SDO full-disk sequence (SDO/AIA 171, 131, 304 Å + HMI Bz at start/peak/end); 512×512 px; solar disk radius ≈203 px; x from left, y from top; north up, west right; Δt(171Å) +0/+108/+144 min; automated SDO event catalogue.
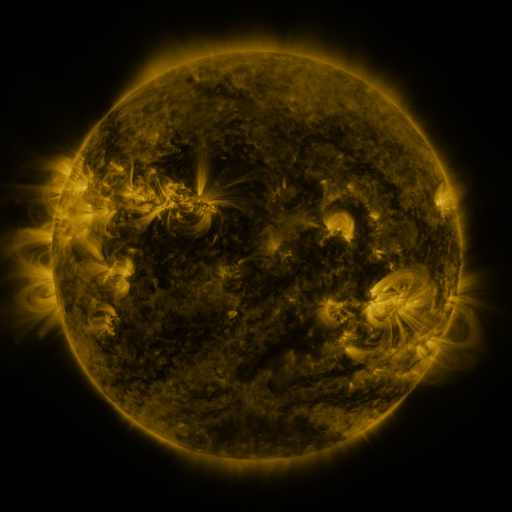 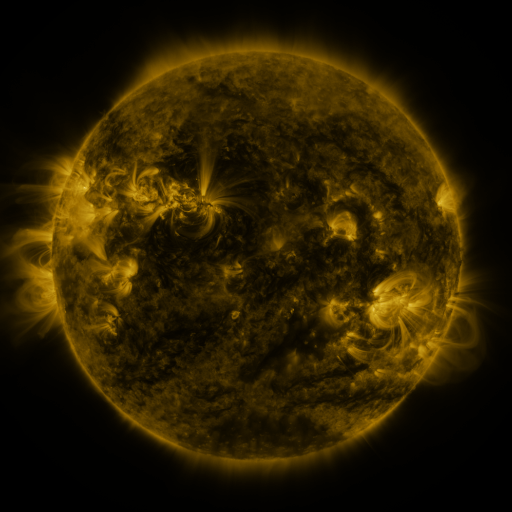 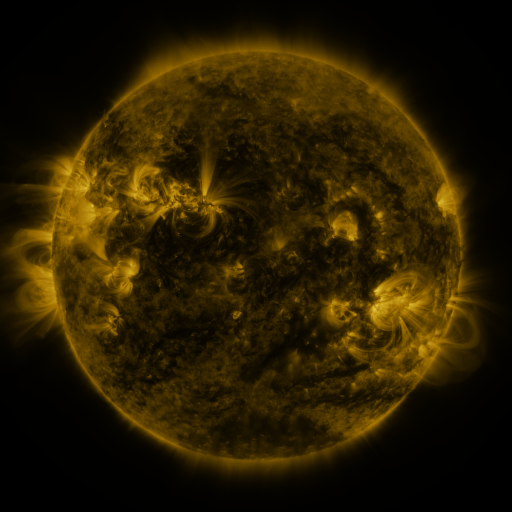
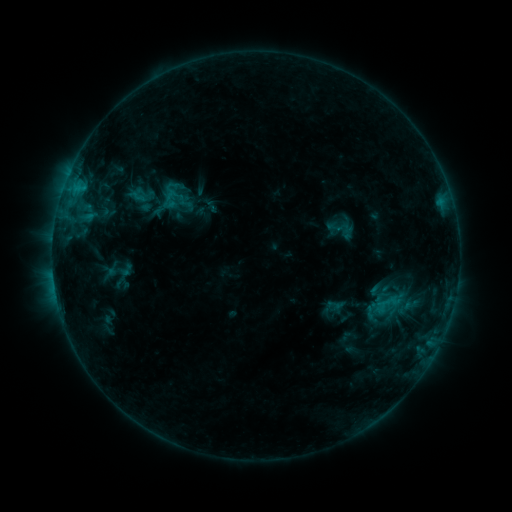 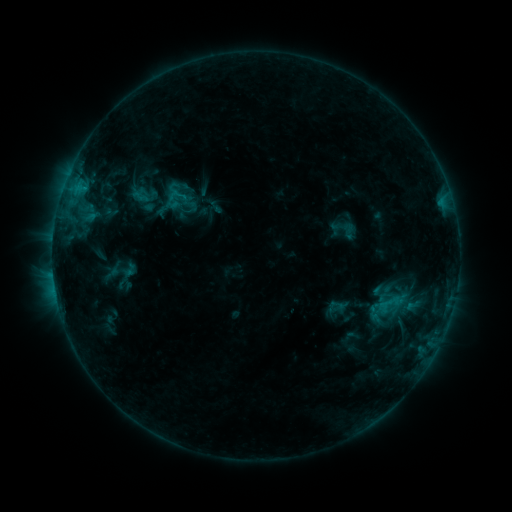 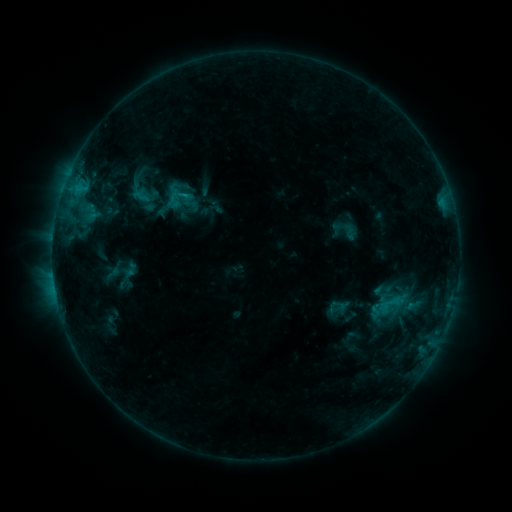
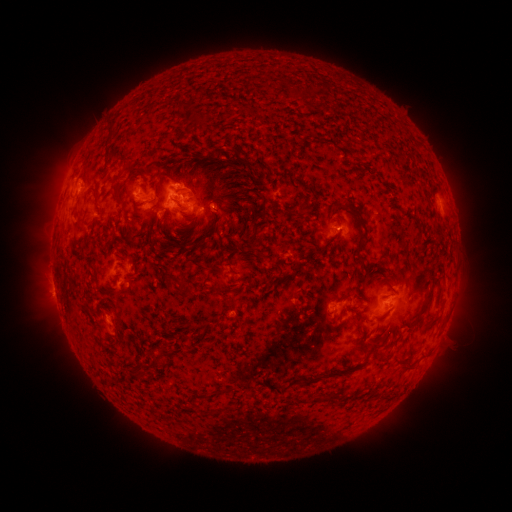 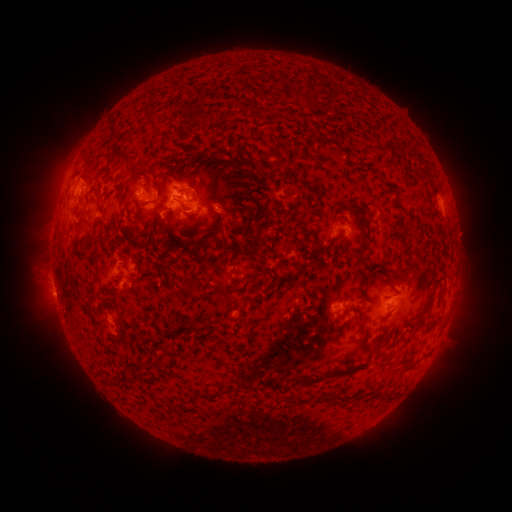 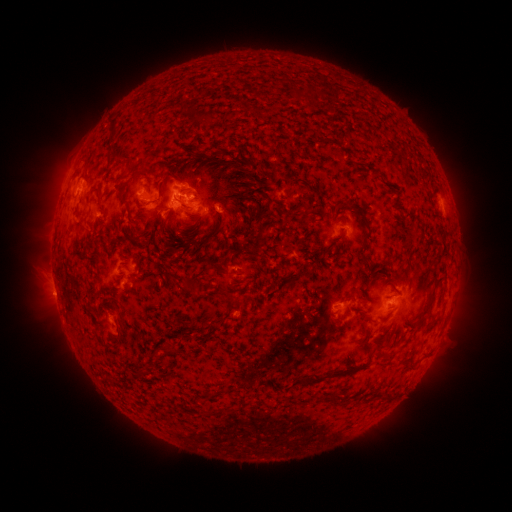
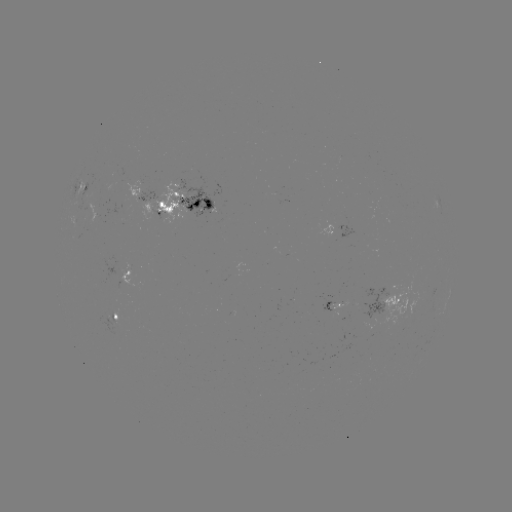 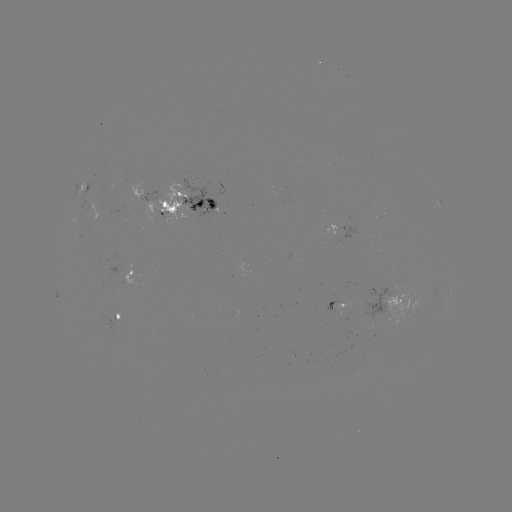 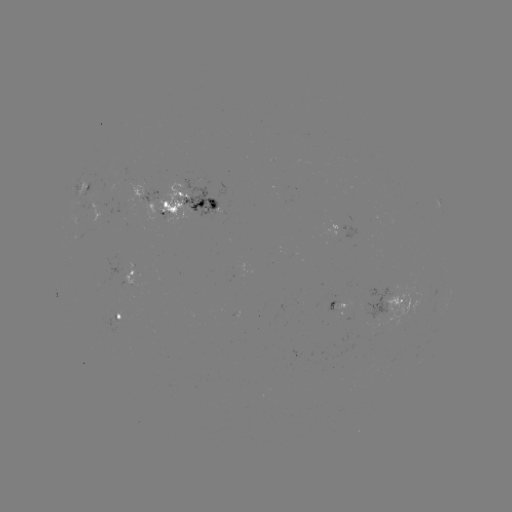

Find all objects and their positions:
emerging-flux region: (101, 213)
